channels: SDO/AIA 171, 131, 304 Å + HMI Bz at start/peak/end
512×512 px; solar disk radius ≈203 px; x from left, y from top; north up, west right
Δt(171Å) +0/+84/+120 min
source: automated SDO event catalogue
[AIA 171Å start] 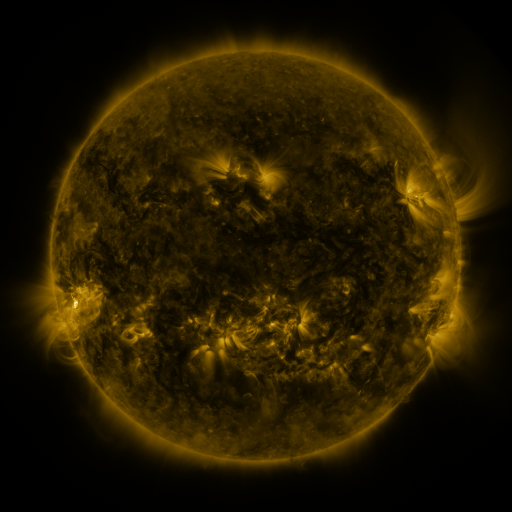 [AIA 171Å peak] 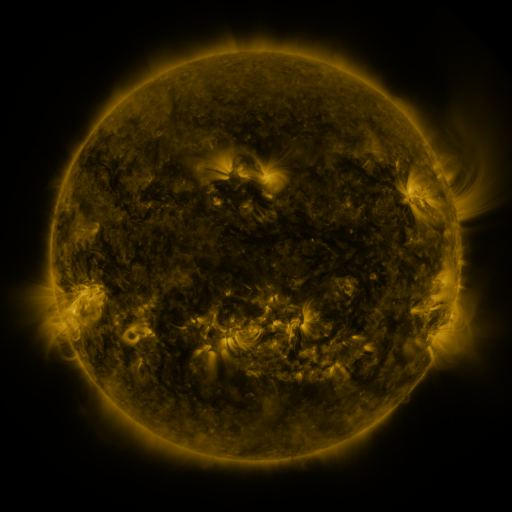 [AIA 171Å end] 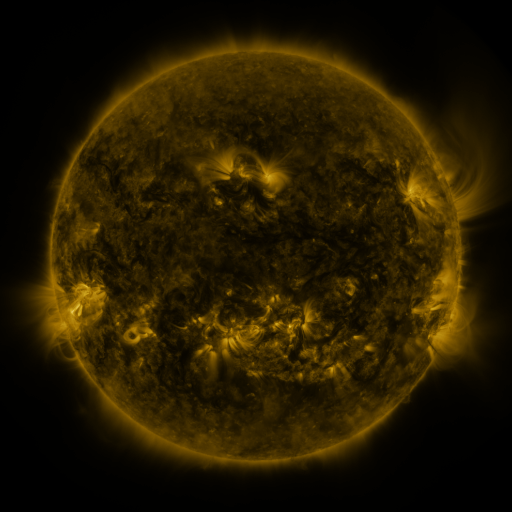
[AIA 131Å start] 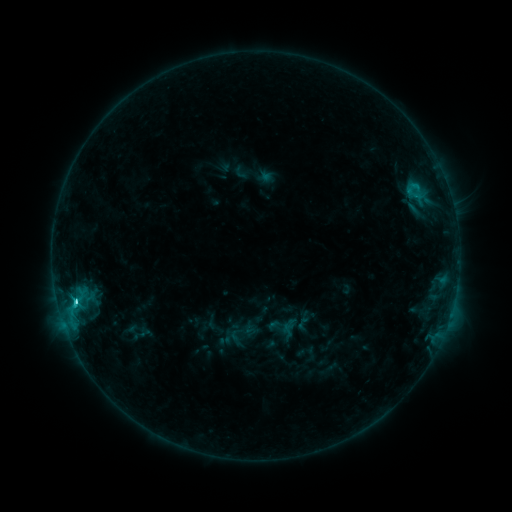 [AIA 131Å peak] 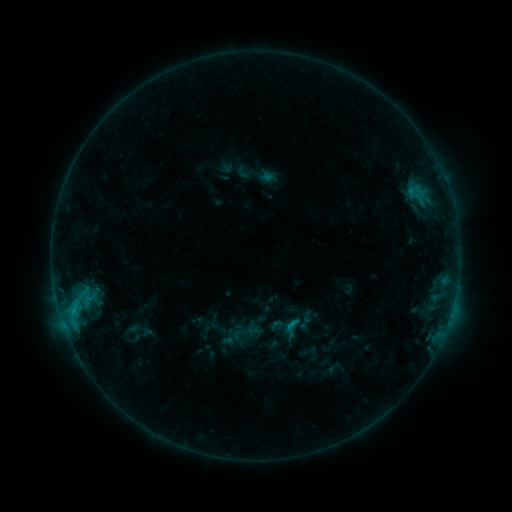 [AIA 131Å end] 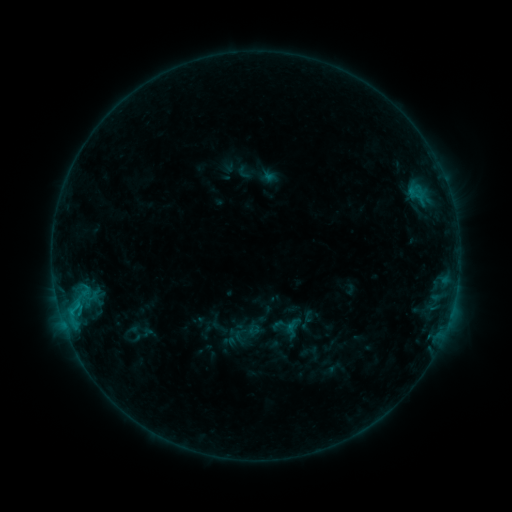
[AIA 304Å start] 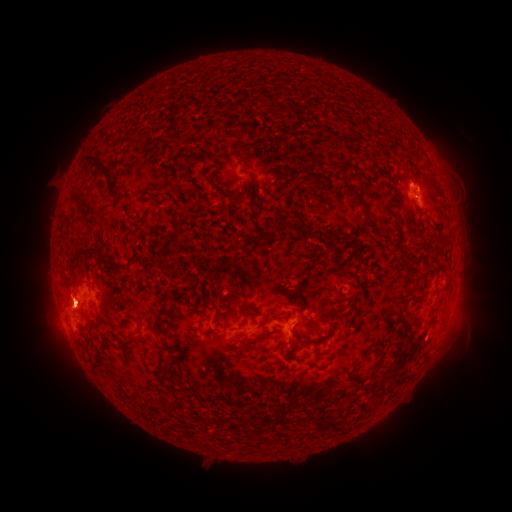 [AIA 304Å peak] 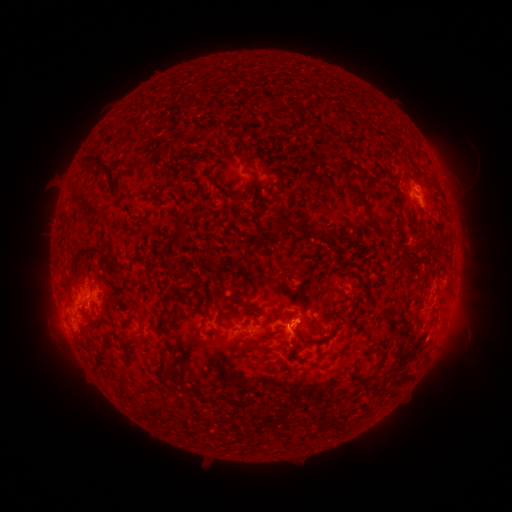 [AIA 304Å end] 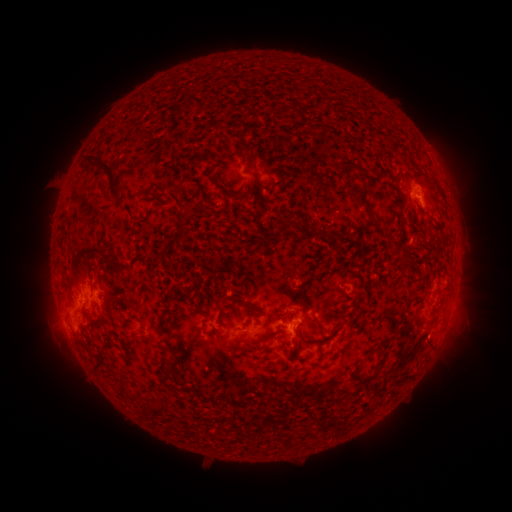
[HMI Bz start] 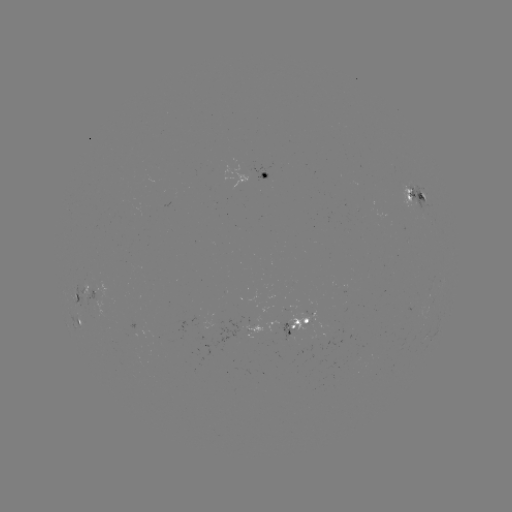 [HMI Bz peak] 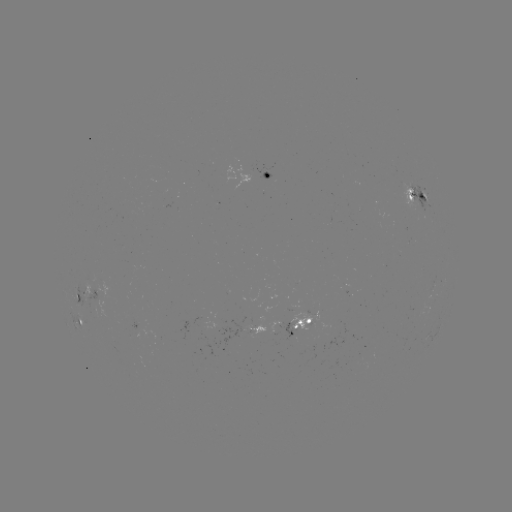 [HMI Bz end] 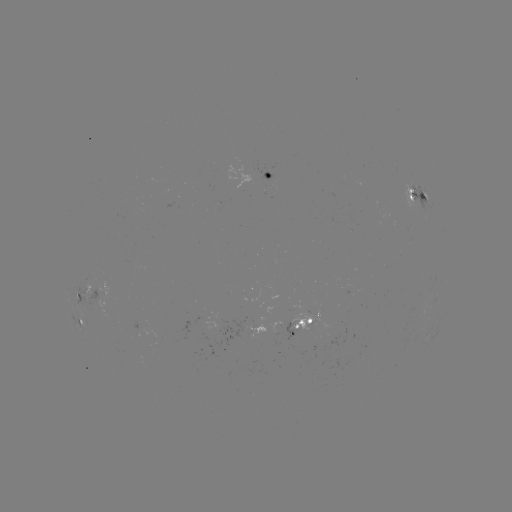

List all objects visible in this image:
emerging-flux region: (87, 284)
